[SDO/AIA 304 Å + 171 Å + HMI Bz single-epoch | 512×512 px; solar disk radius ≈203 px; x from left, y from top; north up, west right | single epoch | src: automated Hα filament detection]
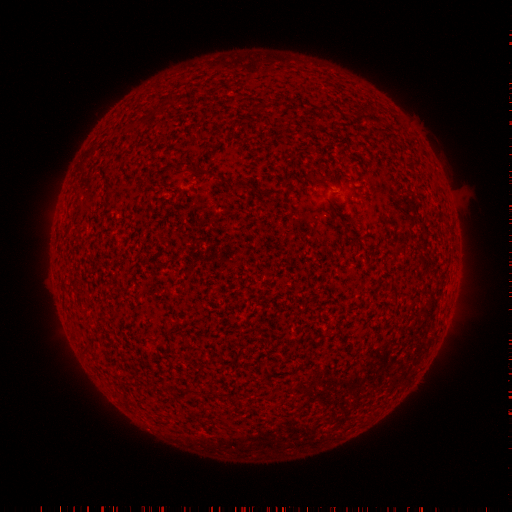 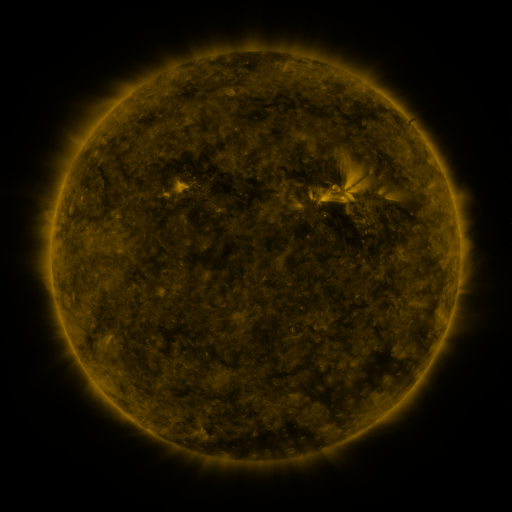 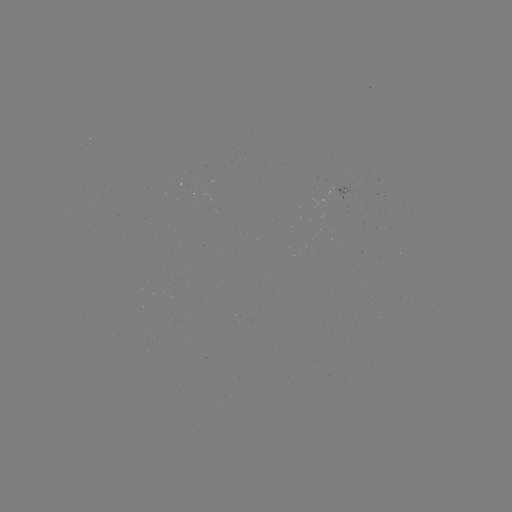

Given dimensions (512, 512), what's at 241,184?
filament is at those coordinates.